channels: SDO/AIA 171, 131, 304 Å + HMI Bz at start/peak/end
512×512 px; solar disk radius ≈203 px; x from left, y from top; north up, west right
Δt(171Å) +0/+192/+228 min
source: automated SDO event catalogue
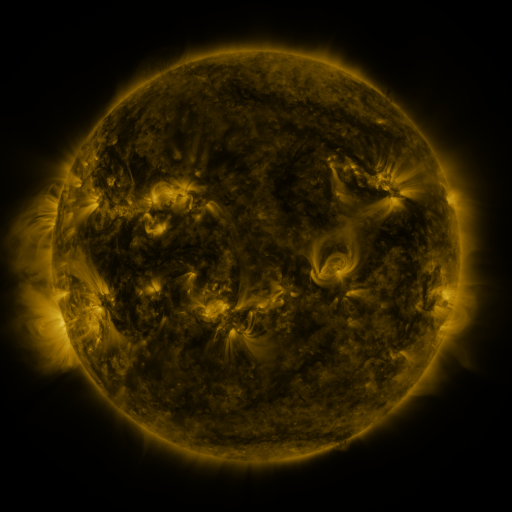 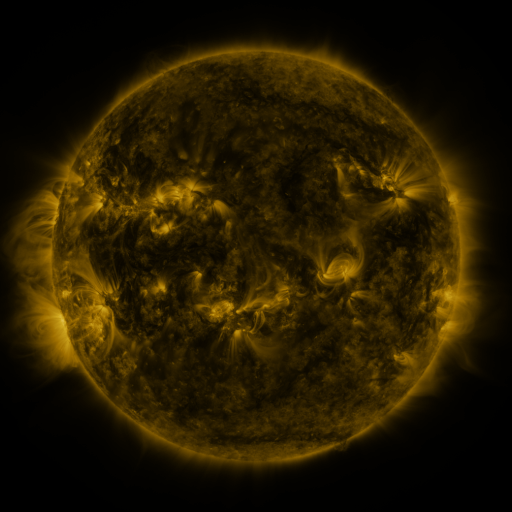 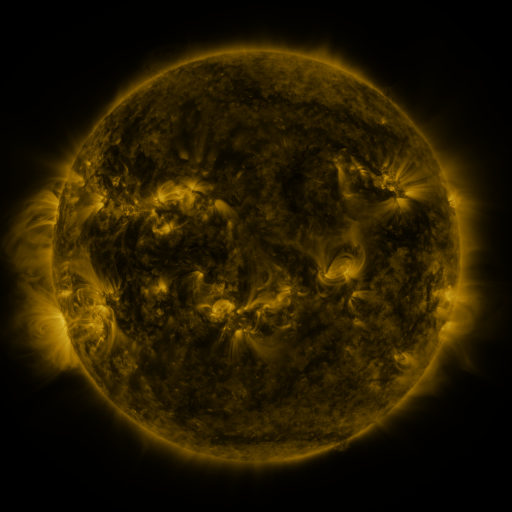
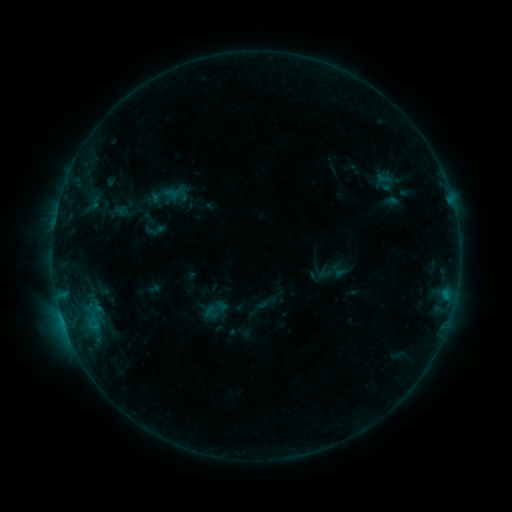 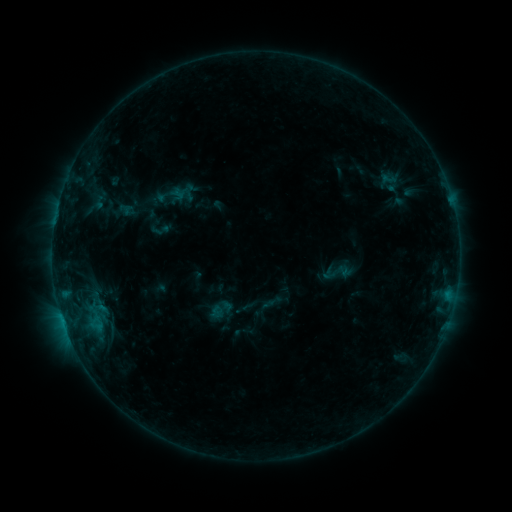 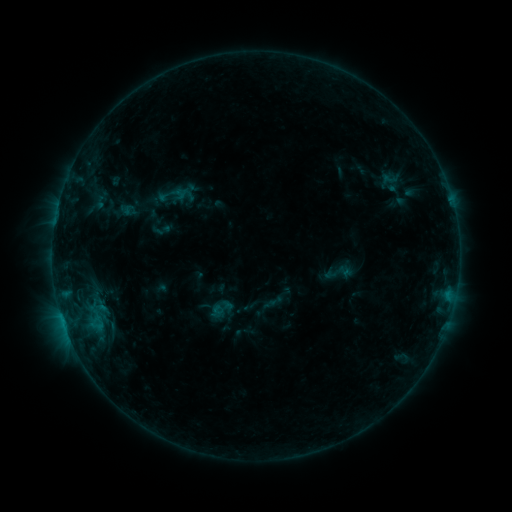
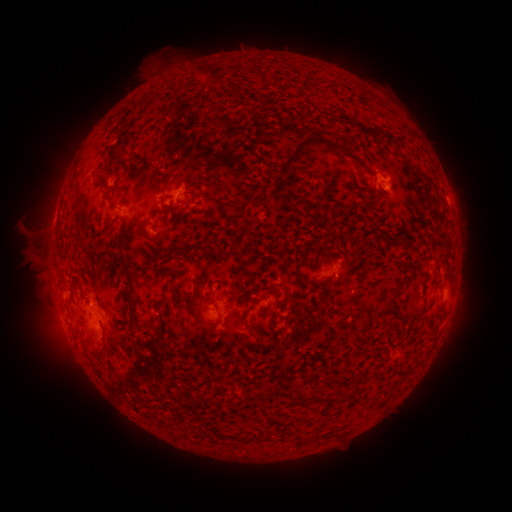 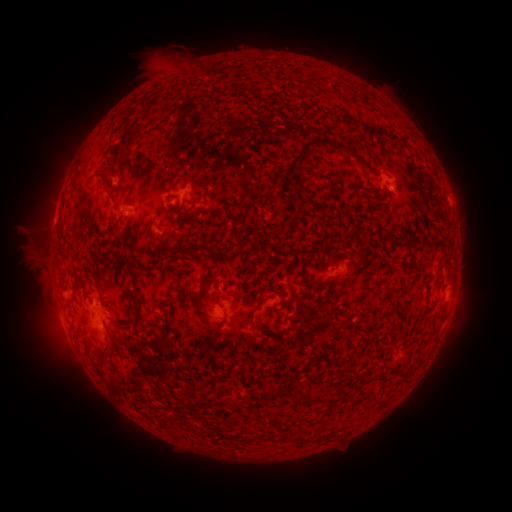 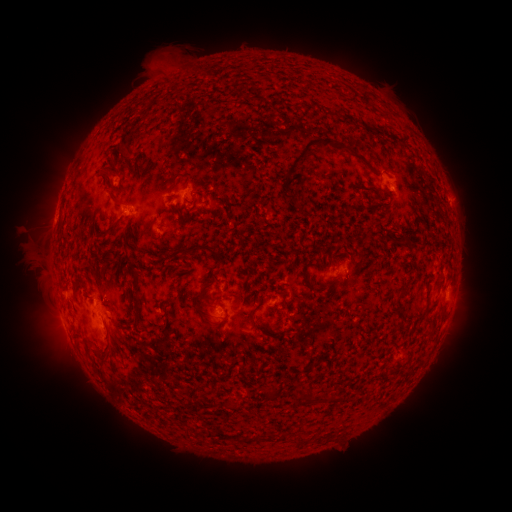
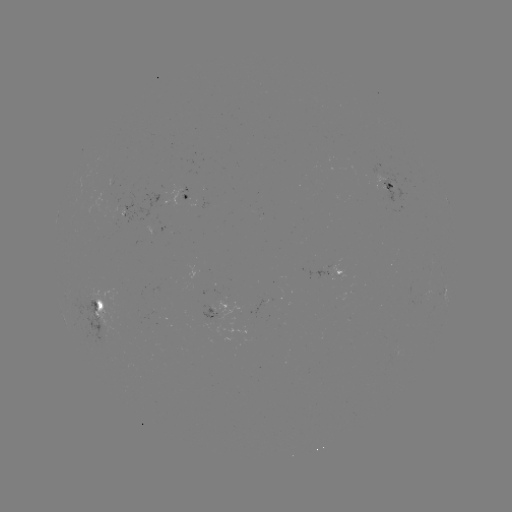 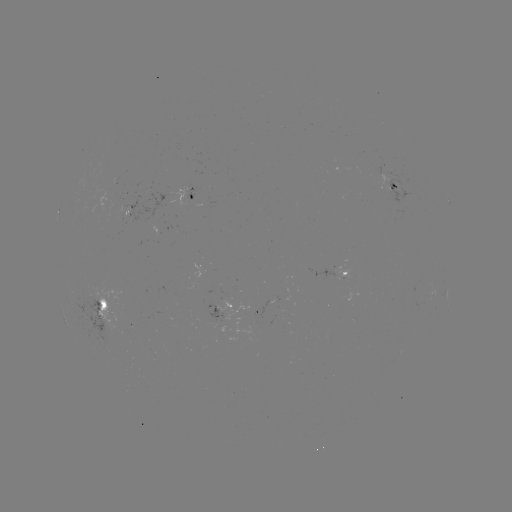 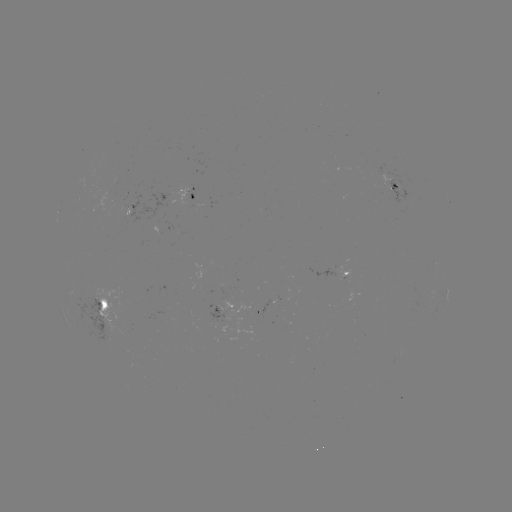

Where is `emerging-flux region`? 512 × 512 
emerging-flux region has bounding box [334, 265, 351, 279].